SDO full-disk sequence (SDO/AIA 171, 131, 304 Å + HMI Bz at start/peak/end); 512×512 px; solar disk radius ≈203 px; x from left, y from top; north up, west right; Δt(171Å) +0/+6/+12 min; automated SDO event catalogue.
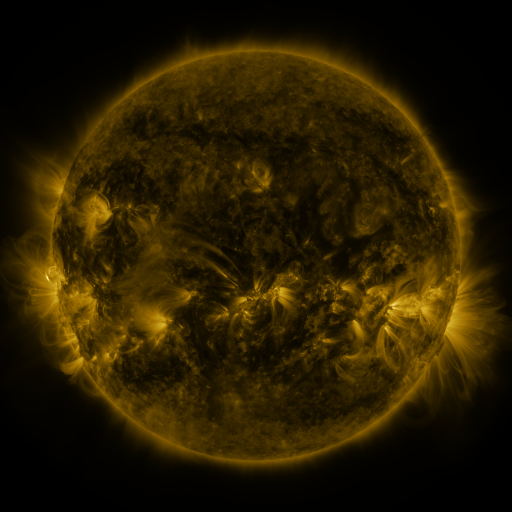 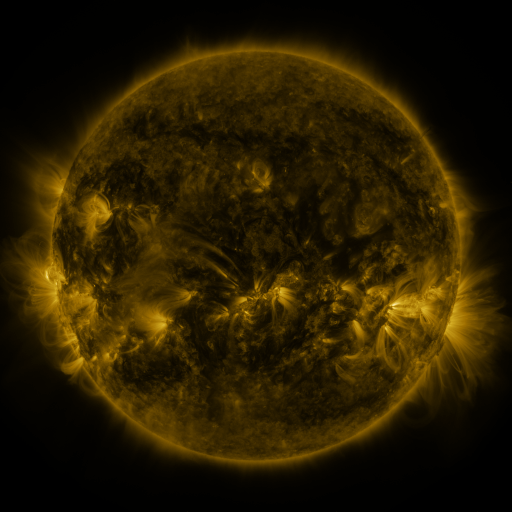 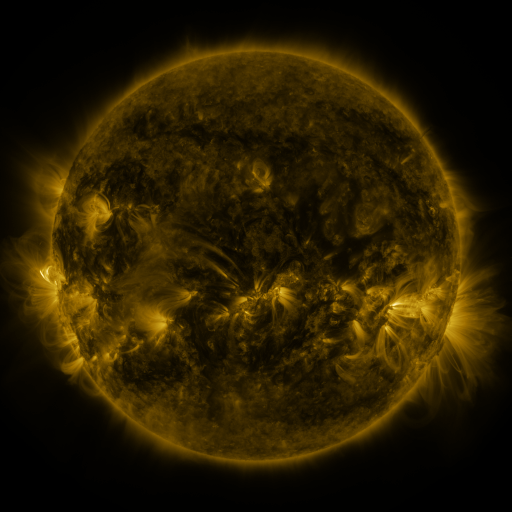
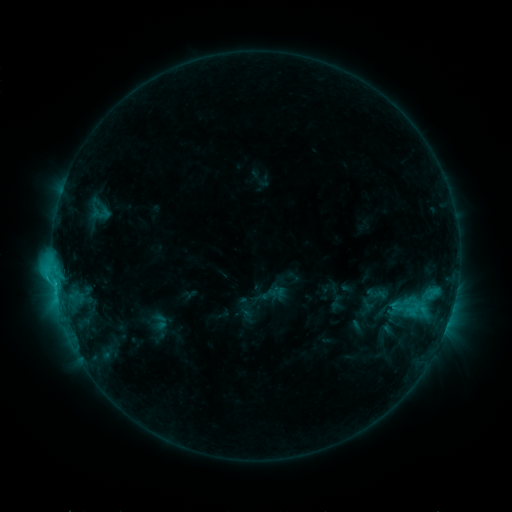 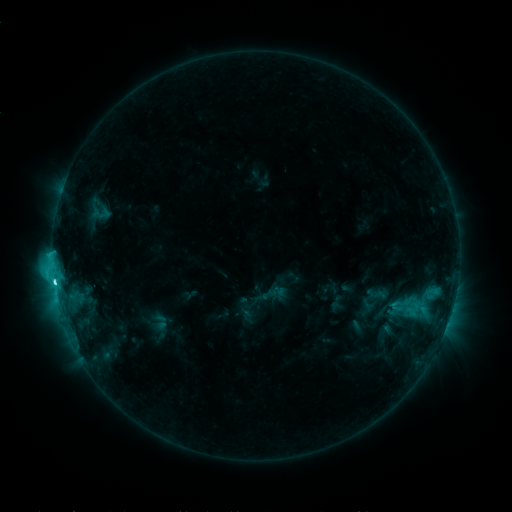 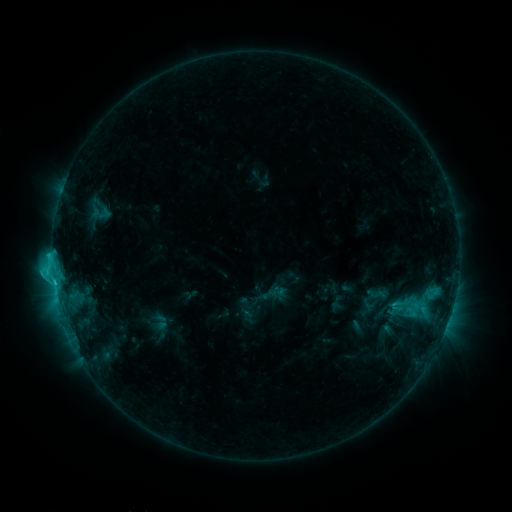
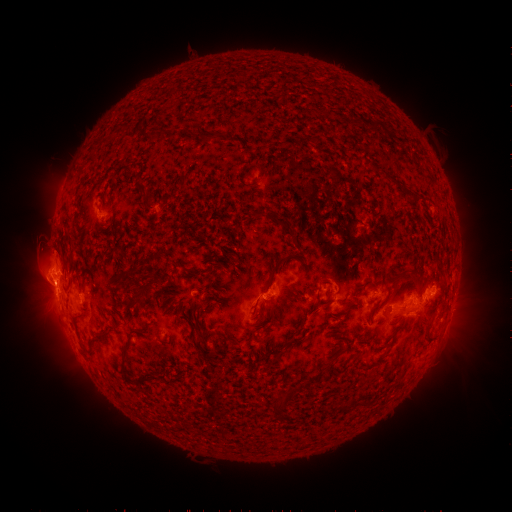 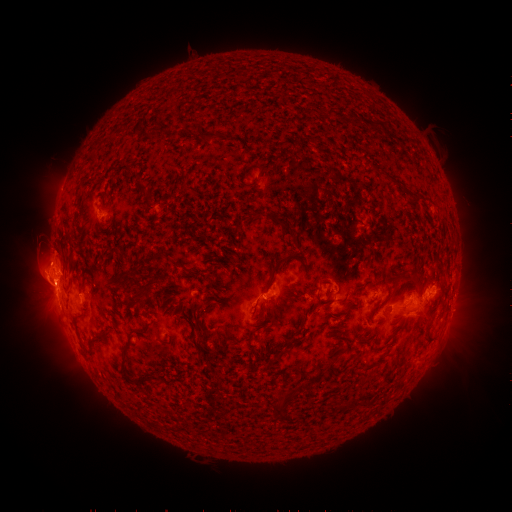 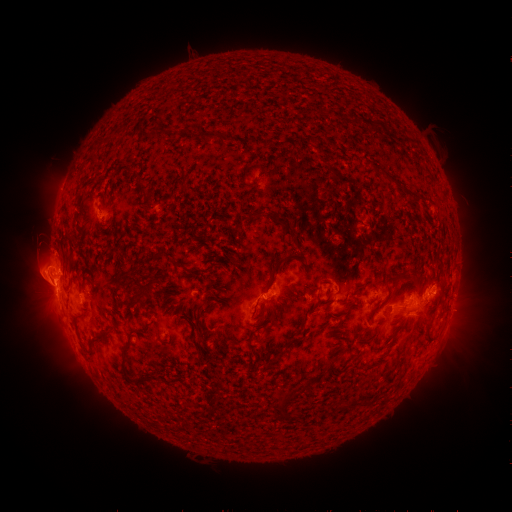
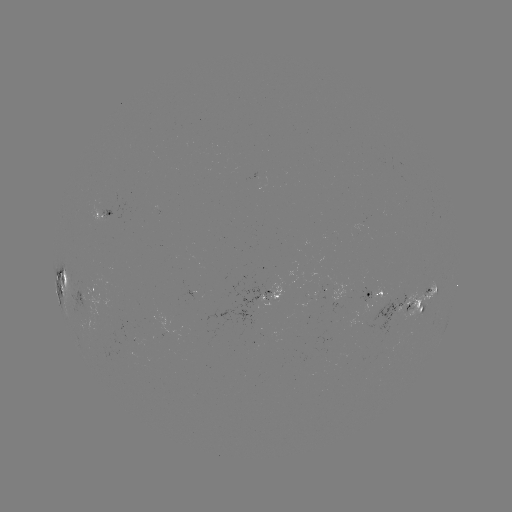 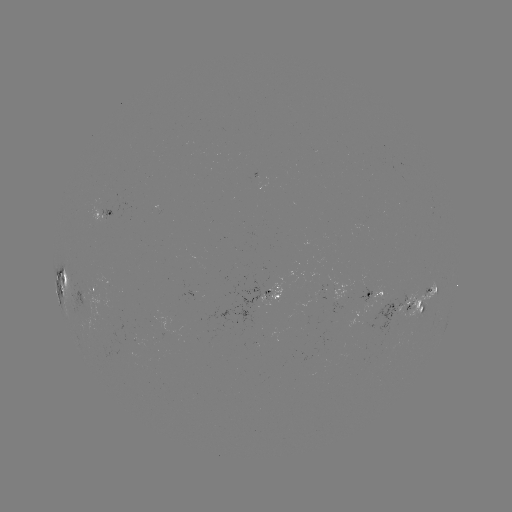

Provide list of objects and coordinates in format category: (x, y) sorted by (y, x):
C5.3 flare: (54, 280)
